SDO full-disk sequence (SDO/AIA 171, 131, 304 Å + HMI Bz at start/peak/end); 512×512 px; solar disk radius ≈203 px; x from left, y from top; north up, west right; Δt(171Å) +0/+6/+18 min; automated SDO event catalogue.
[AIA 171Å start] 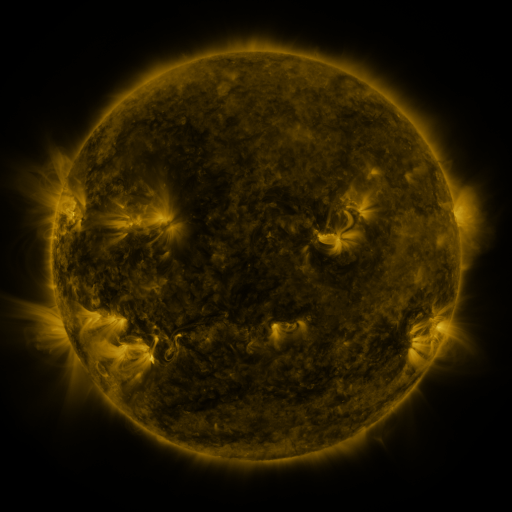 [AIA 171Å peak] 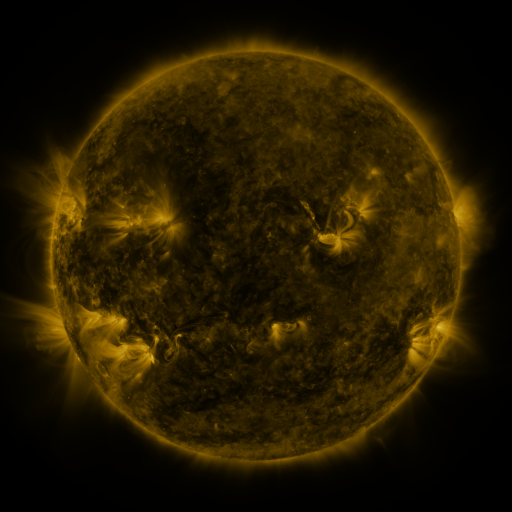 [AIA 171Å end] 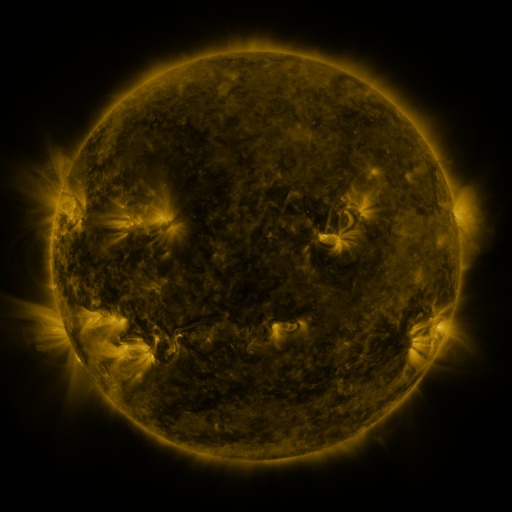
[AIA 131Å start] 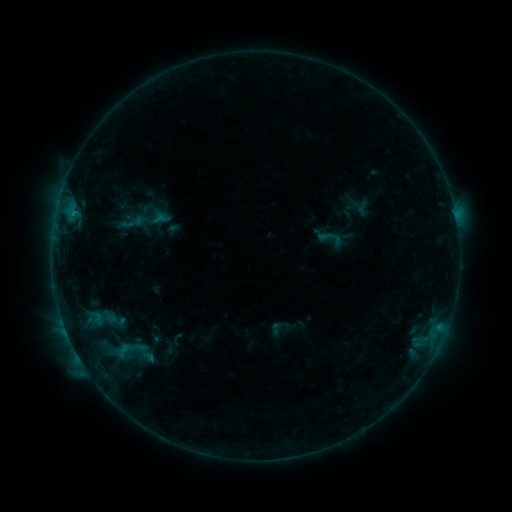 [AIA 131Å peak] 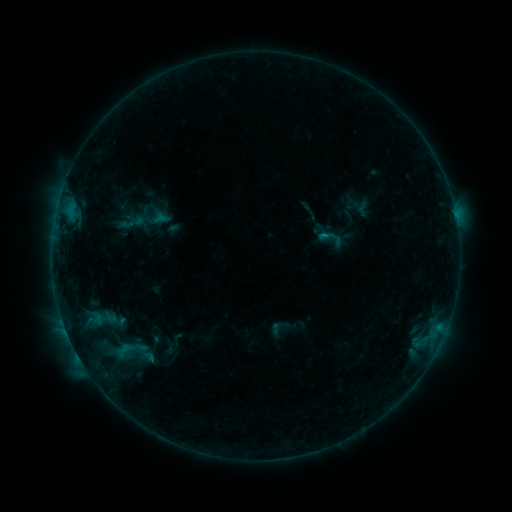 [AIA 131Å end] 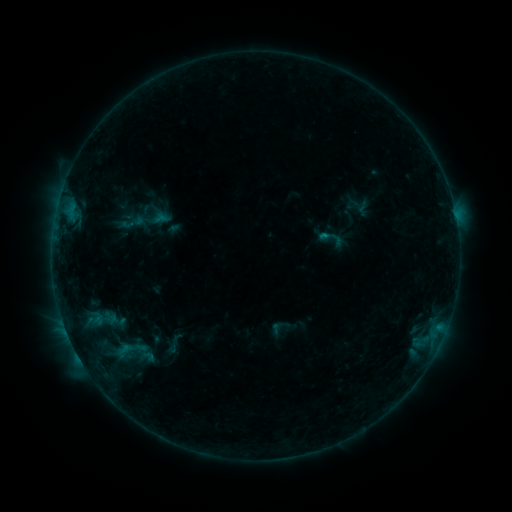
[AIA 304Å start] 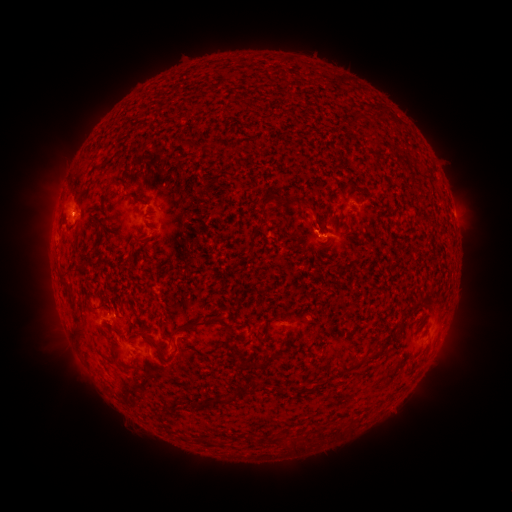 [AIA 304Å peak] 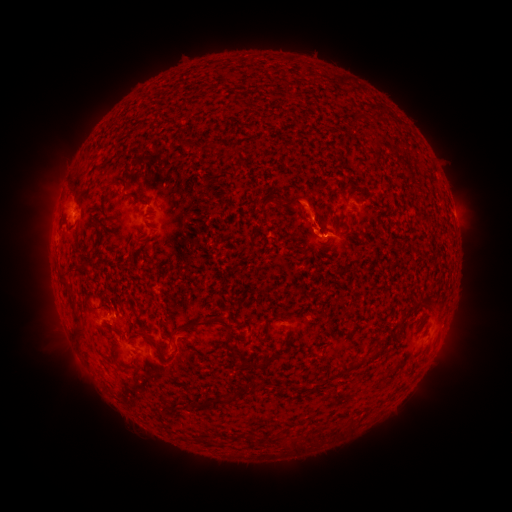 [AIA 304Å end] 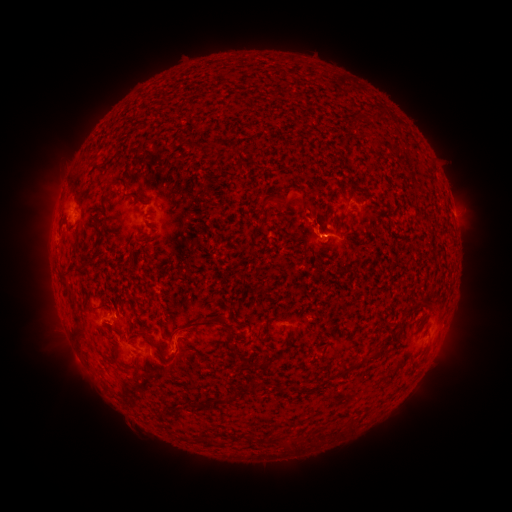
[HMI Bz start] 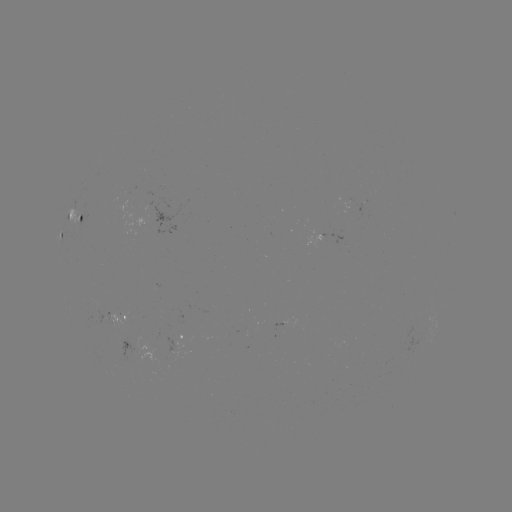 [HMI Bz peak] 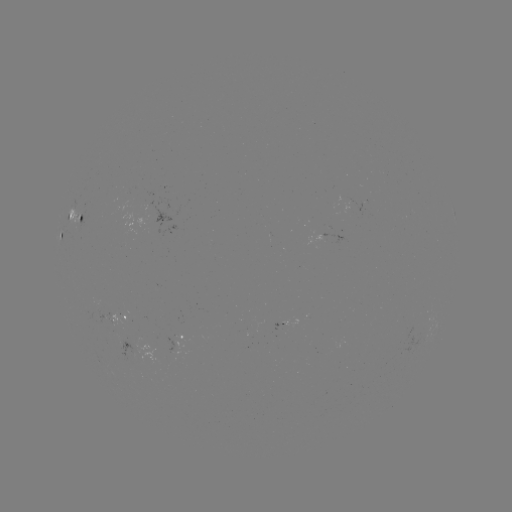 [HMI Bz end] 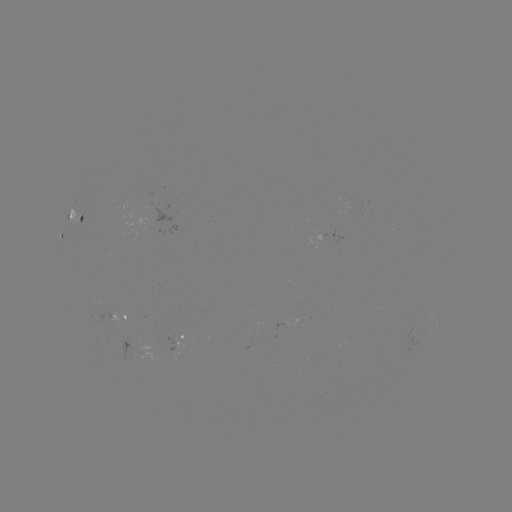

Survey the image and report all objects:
eruption: (308, 204)
